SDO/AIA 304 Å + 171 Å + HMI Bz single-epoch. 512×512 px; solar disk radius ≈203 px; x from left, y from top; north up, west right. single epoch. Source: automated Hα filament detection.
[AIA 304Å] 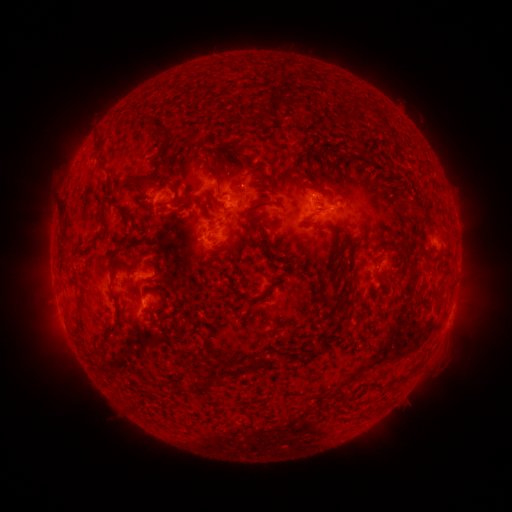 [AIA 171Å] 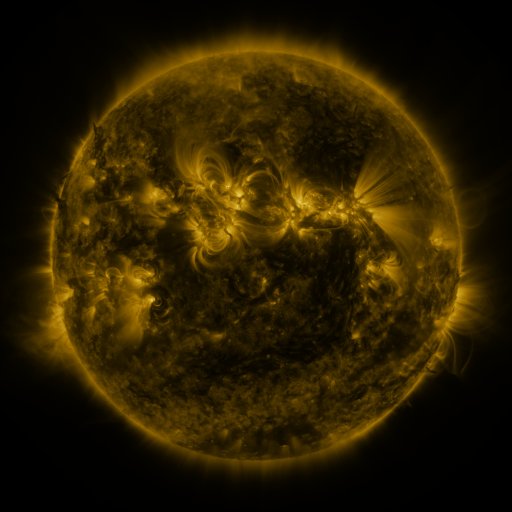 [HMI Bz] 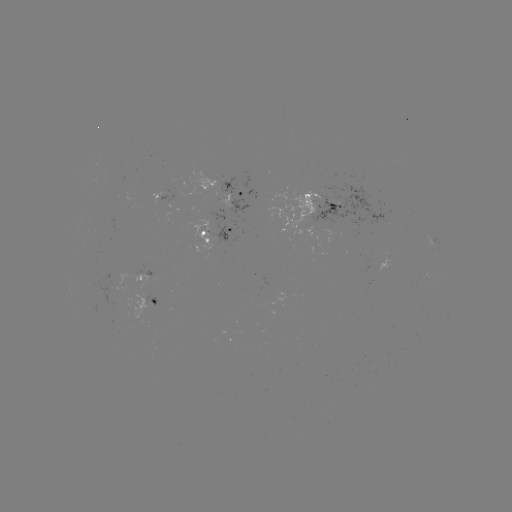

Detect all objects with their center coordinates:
filament: [343, 100, 361, 123]
filament: [268, 103, 280, 120]
filament: [150, 115, 174, 137]
filament: [123, 140, 171, 185]
filament: [231, 141, 245, 154]
filament: [96, 143, 107, 160]
filament: [156, 179, 180, 209]
filament: [245, 215, 261, 229]
filament: [316, 224, 330, 233]
filament: [89, 232, 103, 244]
filament: [372, 259, 382, 280]
filament: [329, 276, 340, 288]
filament: [436, 290, 444, 302]
filament: [237, 293, 257, 301]
filament: [327, 295, 349, 310]
filament: [341, 307, 351, 319]
filament: [107, 313, 122, 332]
filament: [85, 344, 101, 358]
filament: [248, 357, 260, 368]
filament: [231, 364, 241, 376]
filament: [192, 379, 201, 389]
